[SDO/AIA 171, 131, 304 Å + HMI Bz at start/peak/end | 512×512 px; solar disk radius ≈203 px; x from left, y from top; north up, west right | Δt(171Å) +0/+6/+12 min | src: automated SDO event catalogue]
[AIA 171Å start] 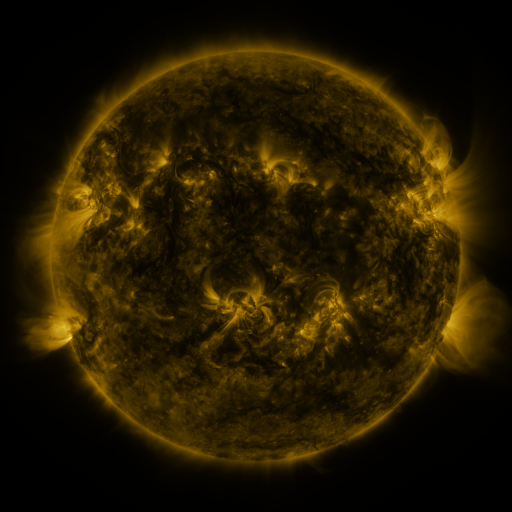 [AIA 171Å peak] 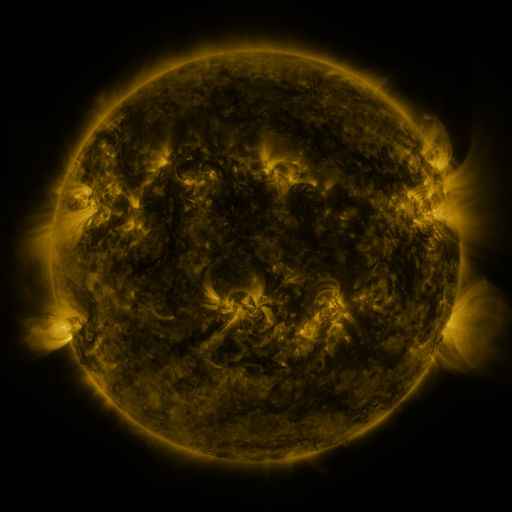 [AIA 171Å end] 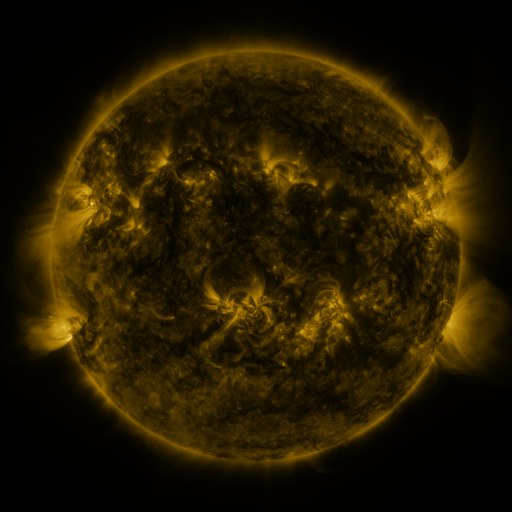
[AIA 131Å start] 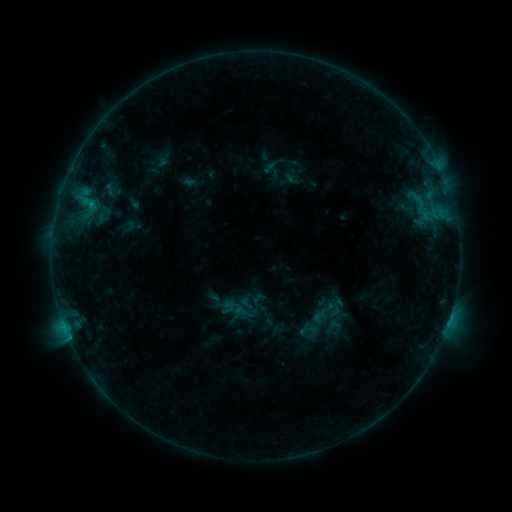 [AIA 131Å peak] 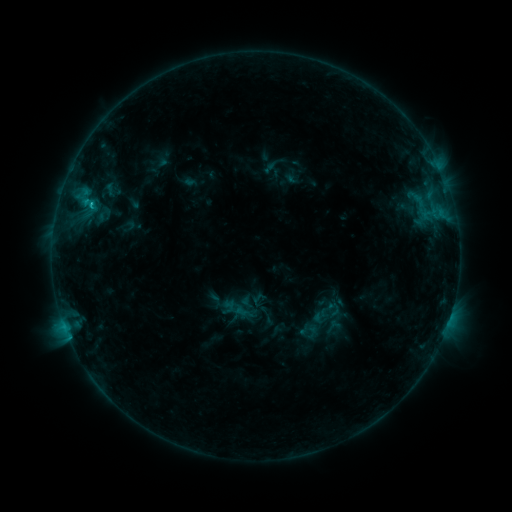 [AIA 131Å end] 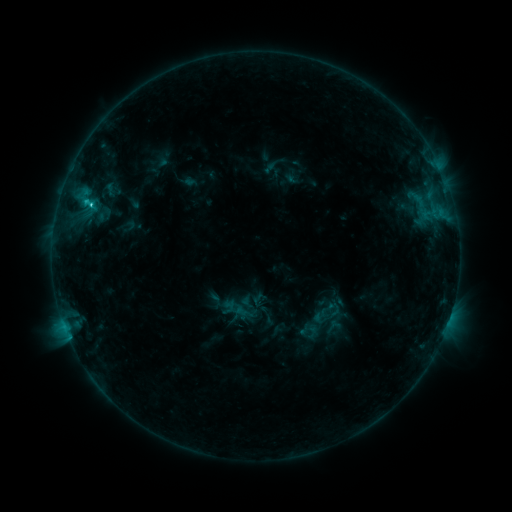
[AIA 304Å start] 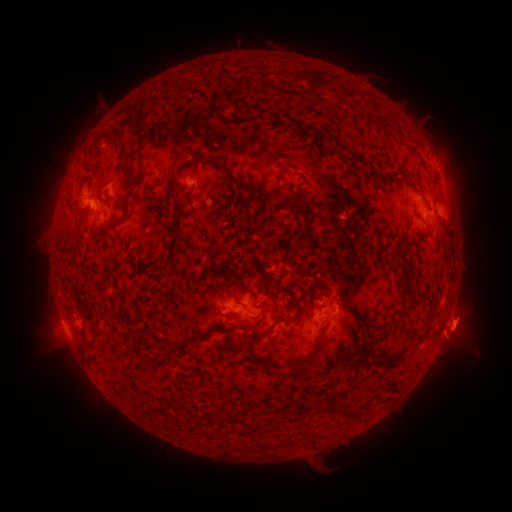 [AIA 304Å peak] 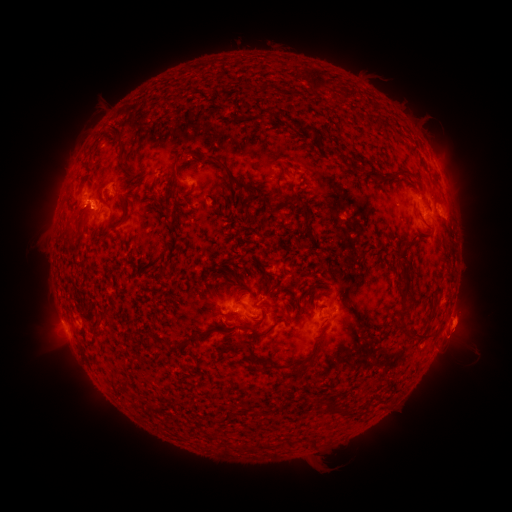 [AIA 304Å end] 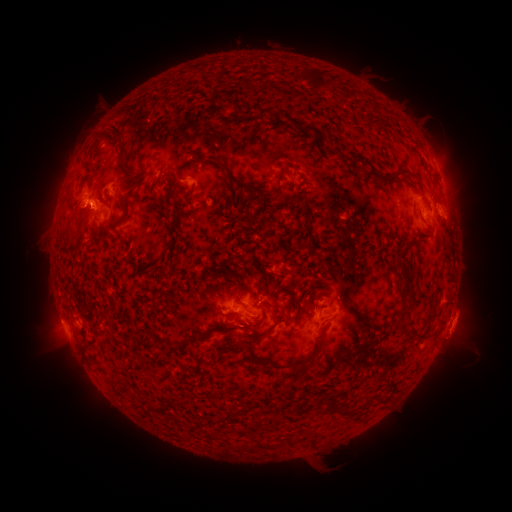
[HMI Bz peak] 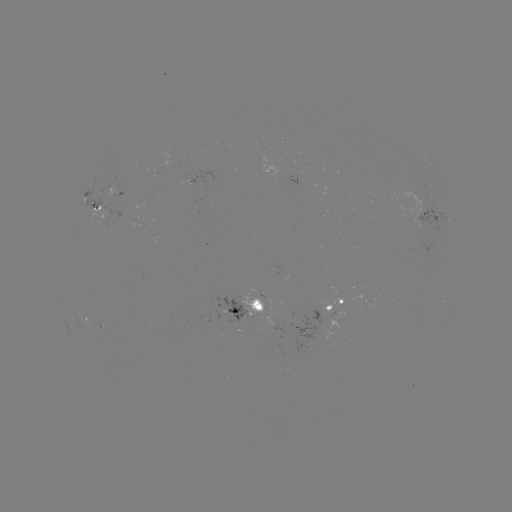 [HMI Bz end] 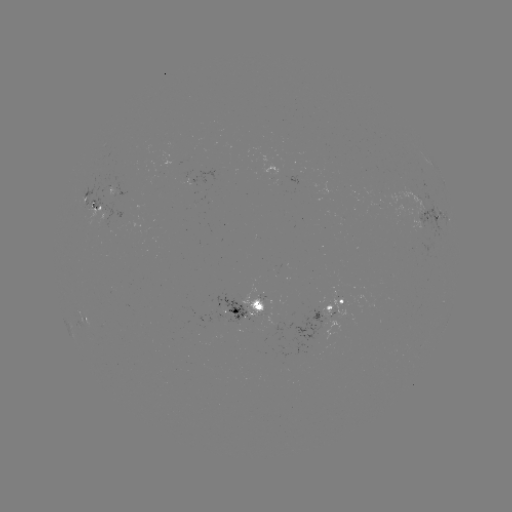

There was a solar flare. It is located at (90, 206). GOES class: C1.6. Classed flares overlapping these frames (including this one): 1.